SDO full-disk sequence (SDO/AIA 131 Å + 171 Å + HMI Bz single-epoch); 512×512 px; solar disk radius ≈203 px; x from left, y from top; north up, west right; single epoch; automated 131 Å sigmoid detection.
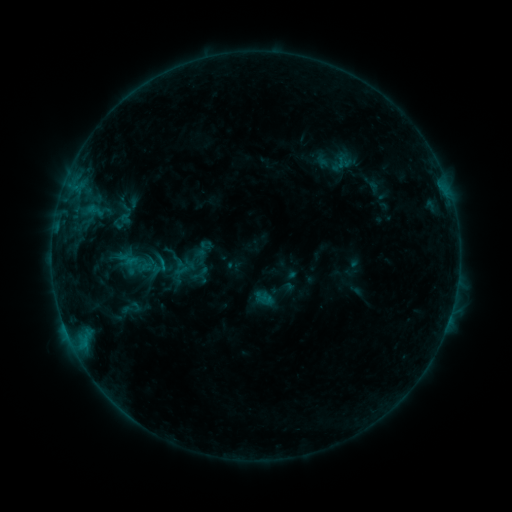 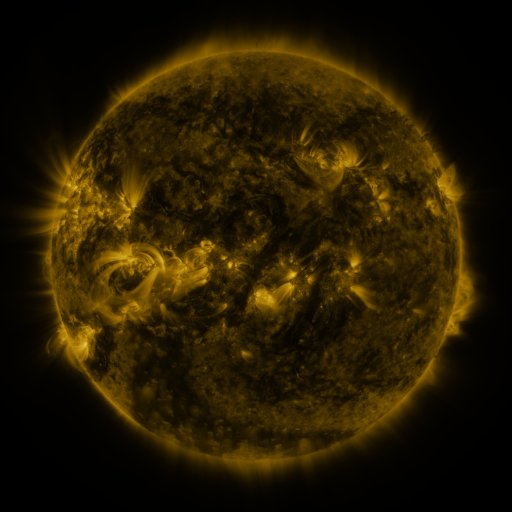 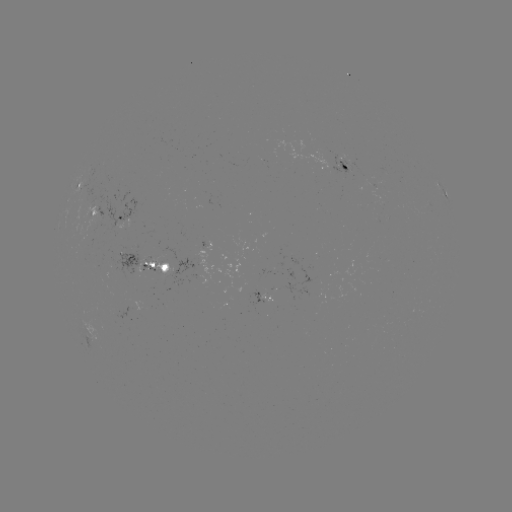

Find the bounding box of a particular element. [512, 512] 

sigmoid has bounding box [116, 297, 146, 319].